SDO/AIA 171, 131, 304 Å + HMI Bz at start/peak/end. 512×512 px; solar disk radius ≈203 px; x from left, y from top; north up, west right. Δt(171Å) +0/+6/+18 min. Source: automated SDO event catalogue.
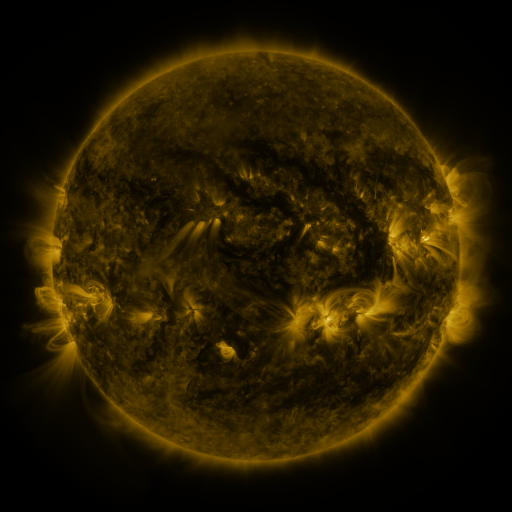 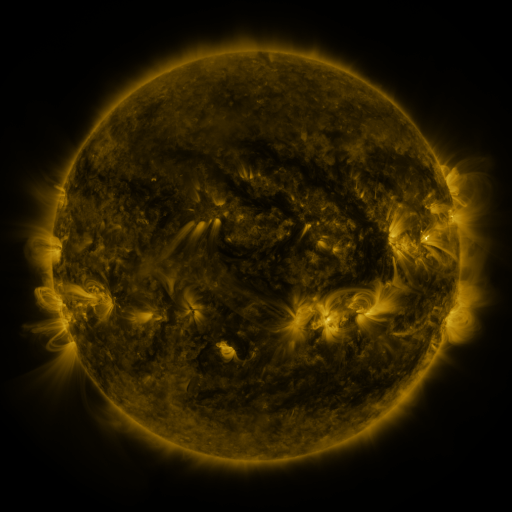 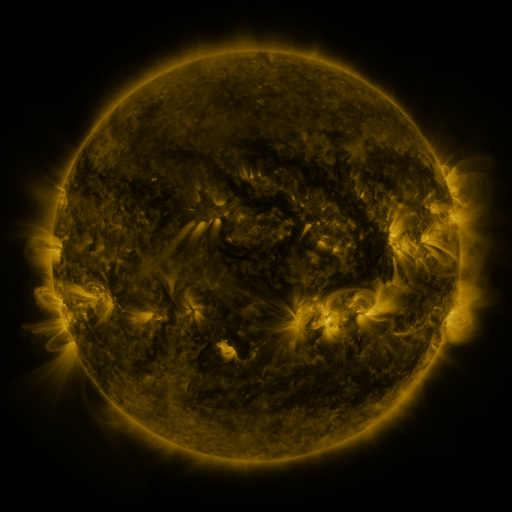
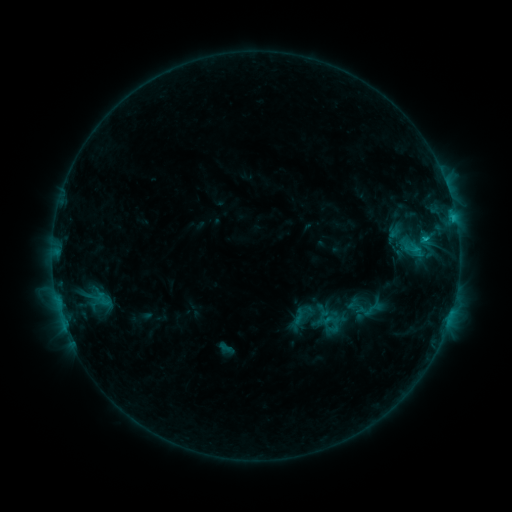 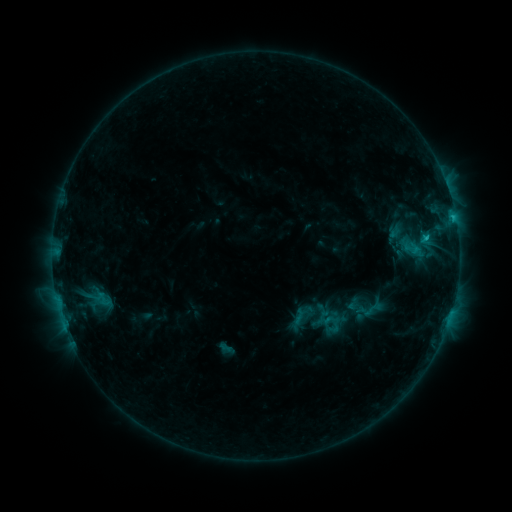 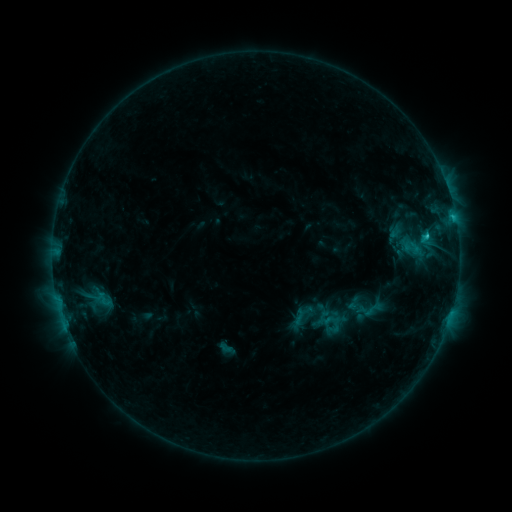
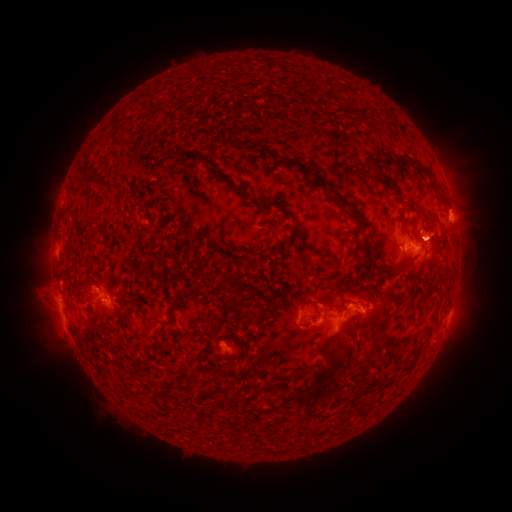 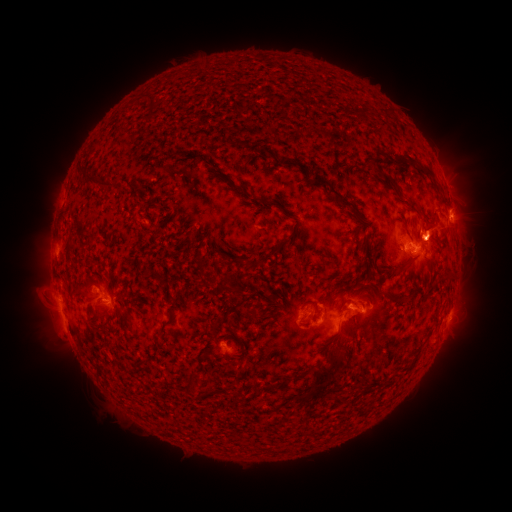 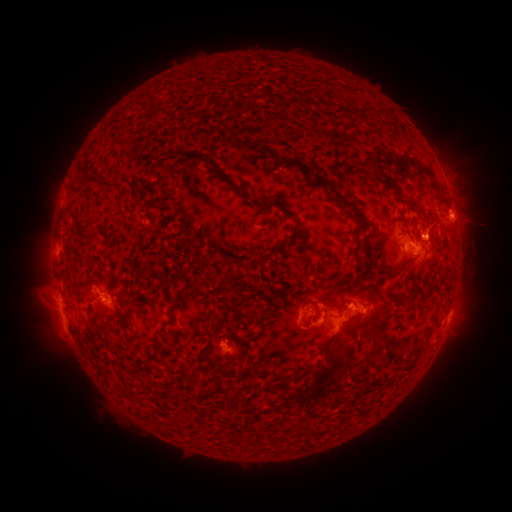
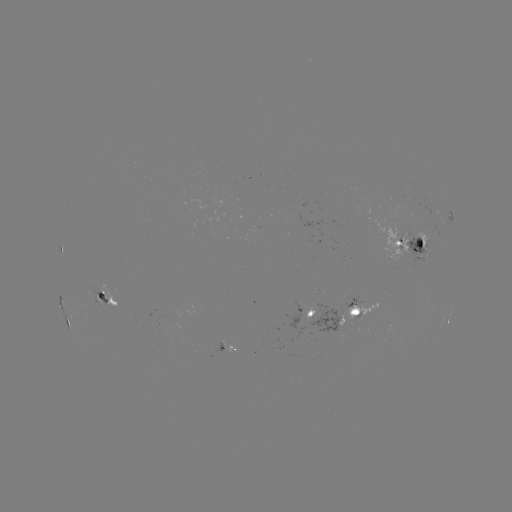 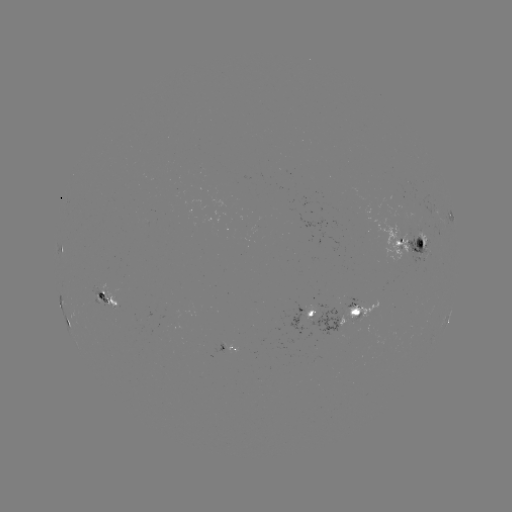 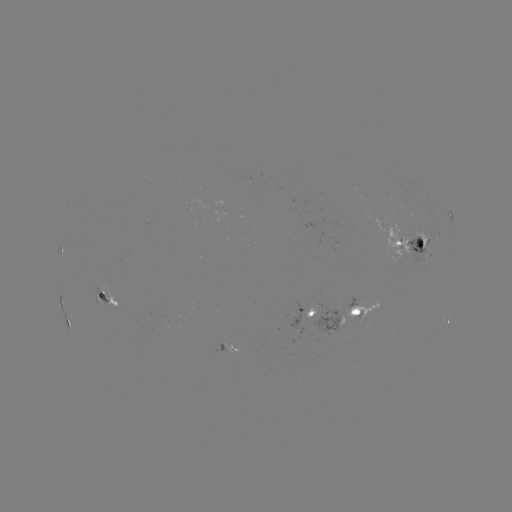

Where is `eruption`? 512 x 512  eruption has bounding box [408, 177, 501, 259].